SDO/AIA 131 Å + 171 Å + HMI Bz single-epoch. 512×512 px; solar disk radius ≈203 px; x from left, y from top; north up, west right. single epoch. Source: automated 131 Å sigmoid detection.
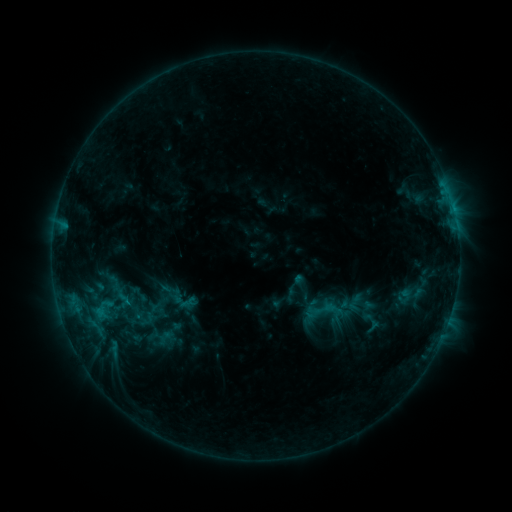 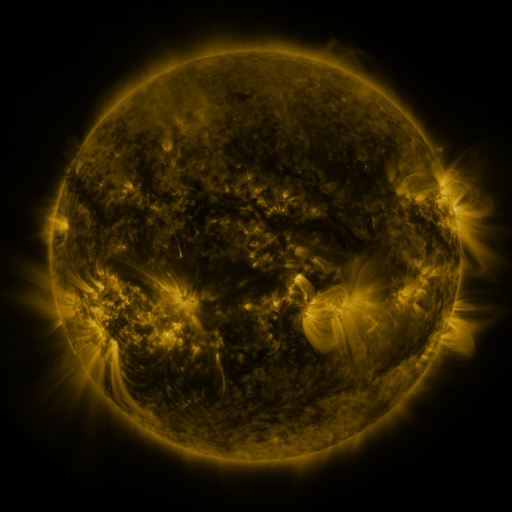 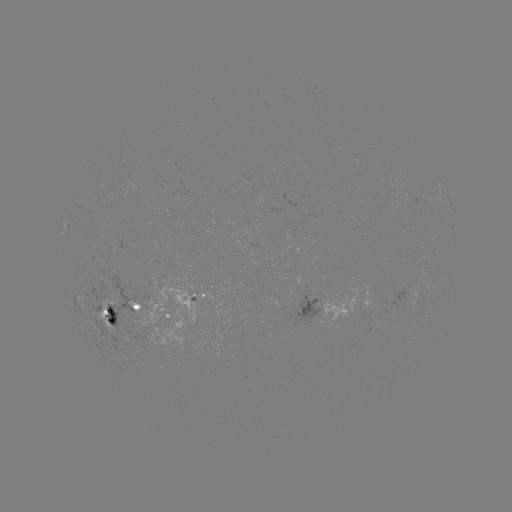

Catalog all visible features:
sigmoid: (159, 280, 188, 307)
sigmoid: (80, 291, 126, 329)
sigmoid: (108, 307, 146, 336)
